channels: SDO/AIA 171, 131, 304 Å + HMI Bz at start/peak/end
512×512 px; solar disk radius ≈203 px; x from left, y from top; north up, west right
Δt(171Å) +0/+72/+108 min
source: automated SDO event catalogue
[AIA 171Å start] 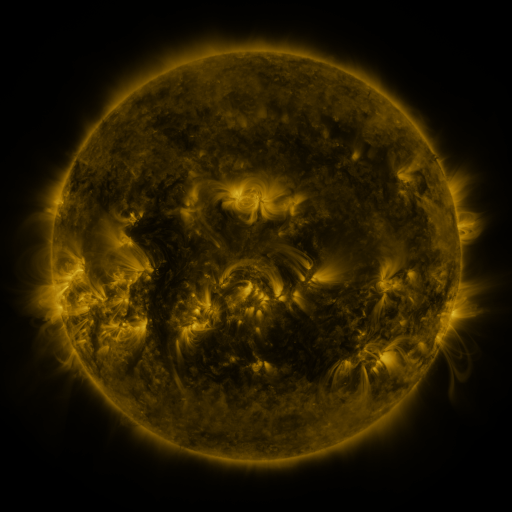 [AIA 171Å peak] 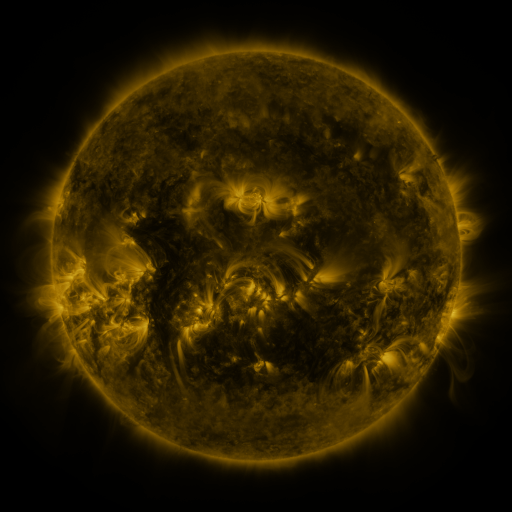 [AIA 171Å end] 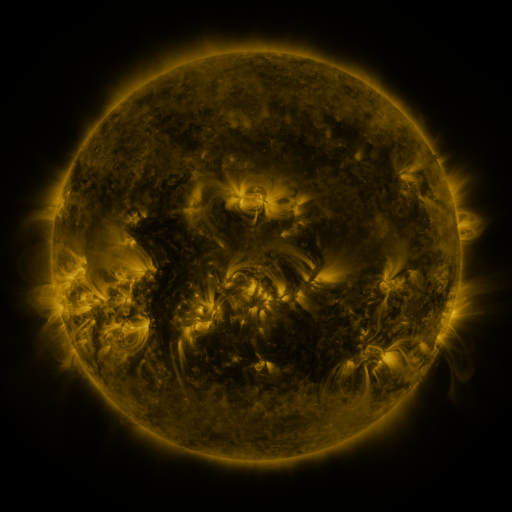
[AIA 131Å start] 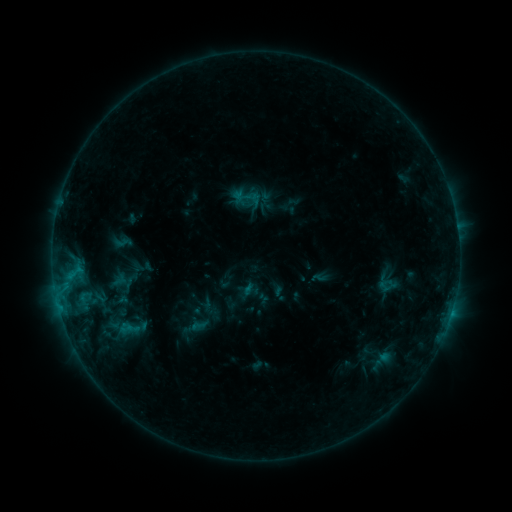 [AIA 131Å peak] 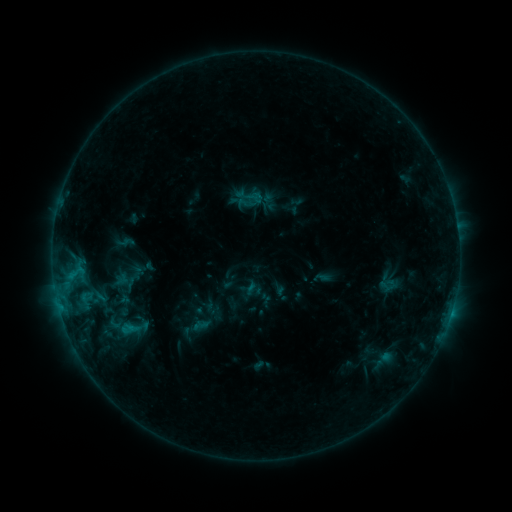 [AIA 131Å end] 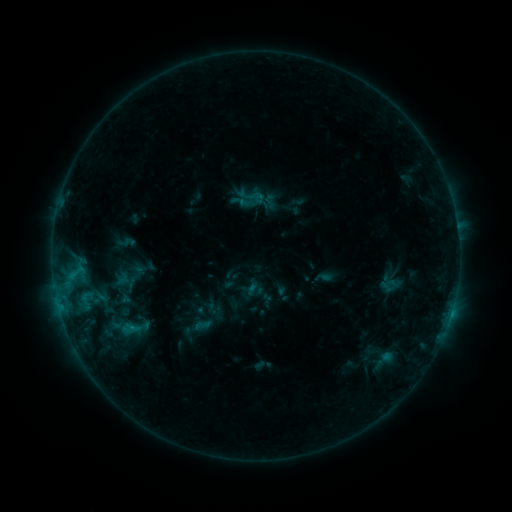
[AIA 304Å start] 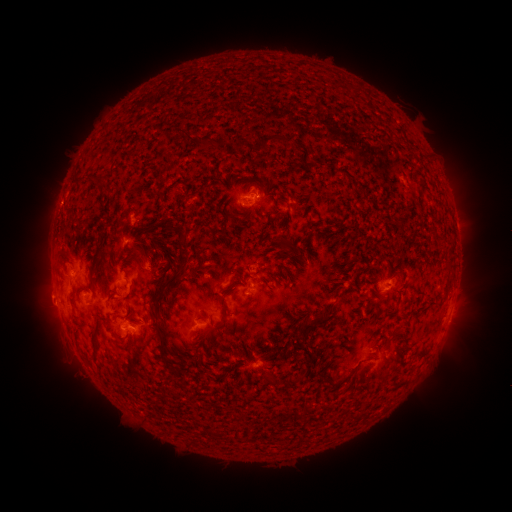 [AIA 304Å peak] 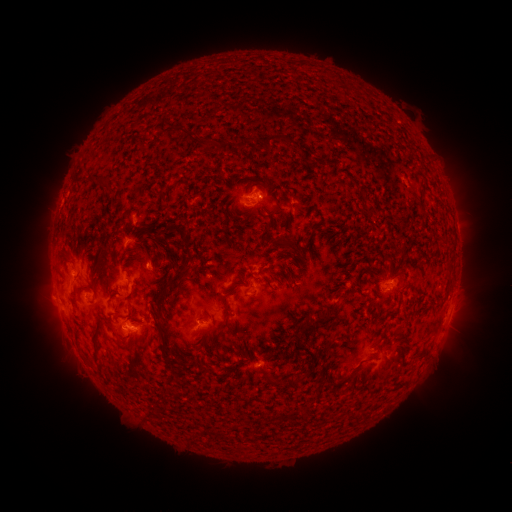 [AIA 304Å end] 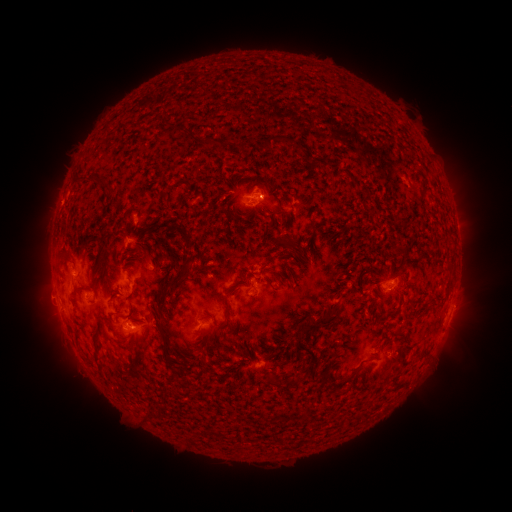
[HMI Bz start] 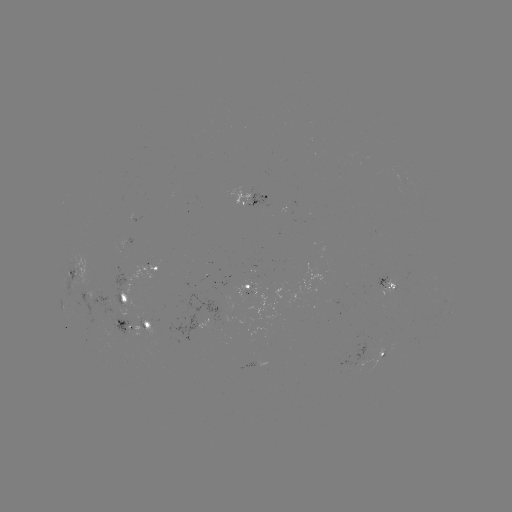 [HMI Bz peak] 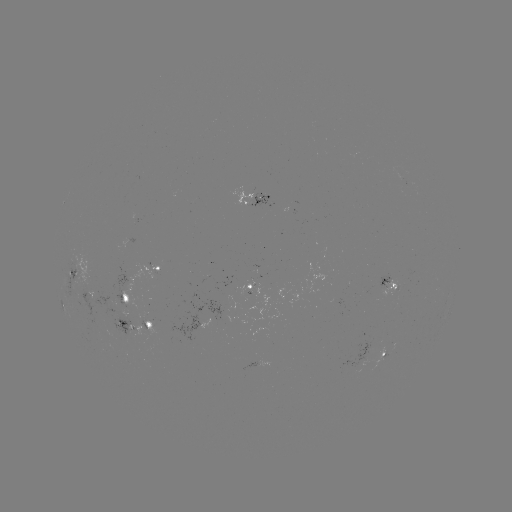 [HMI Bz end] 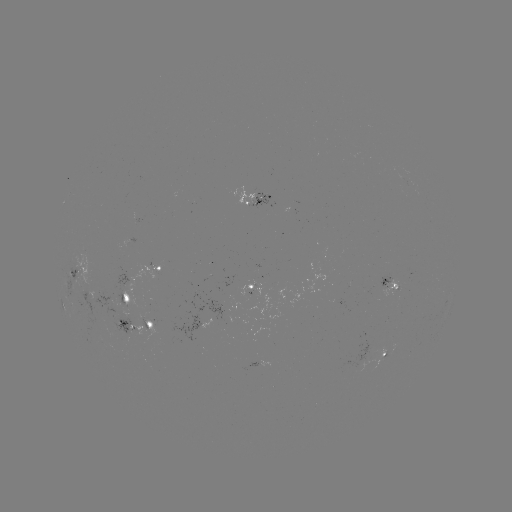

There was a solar emerging-flux region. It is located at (137, 217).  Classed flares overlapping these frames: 1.